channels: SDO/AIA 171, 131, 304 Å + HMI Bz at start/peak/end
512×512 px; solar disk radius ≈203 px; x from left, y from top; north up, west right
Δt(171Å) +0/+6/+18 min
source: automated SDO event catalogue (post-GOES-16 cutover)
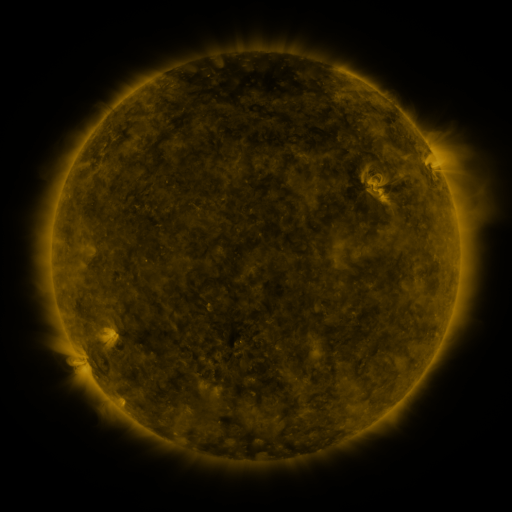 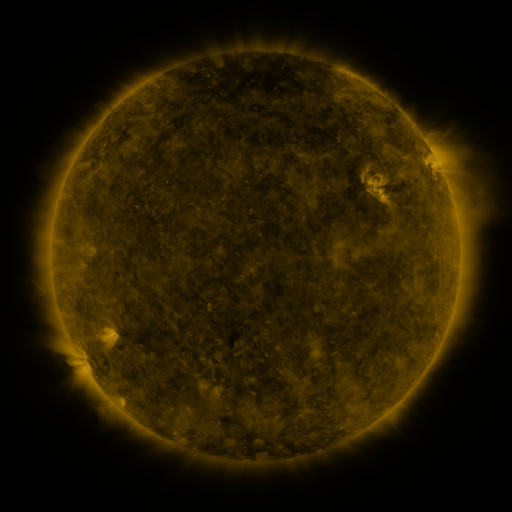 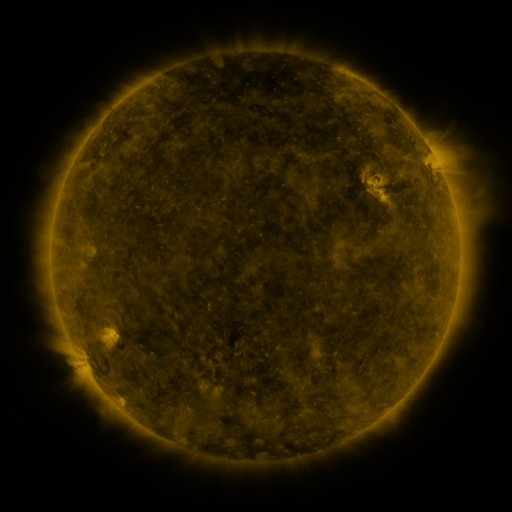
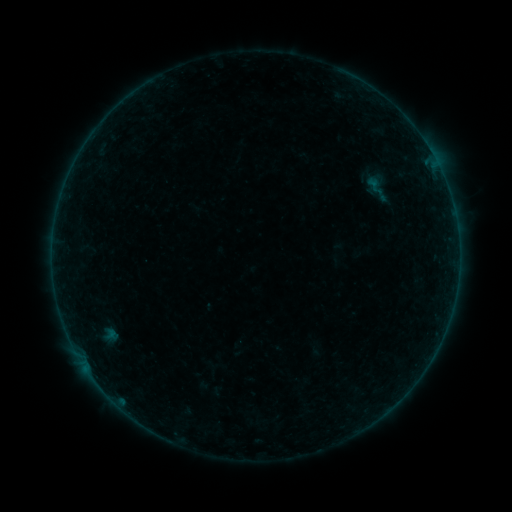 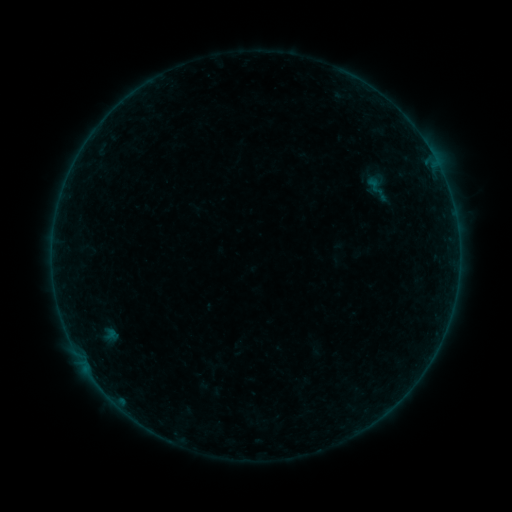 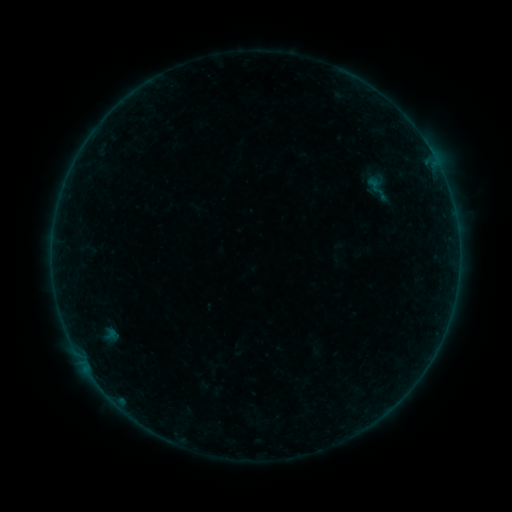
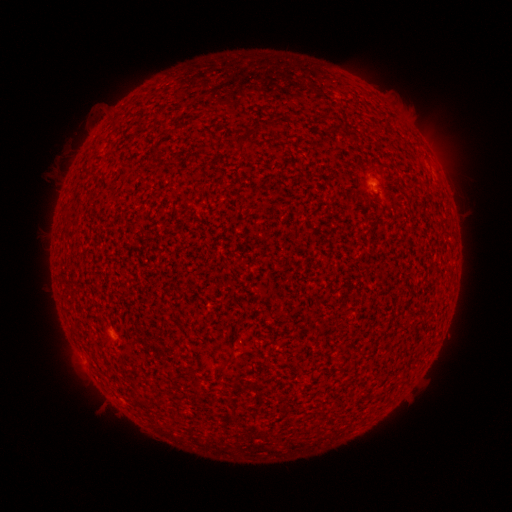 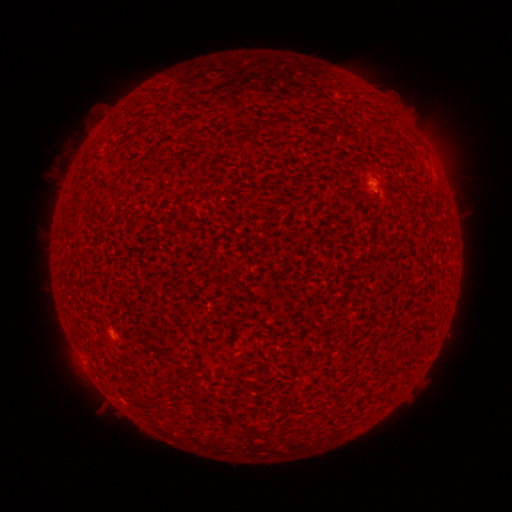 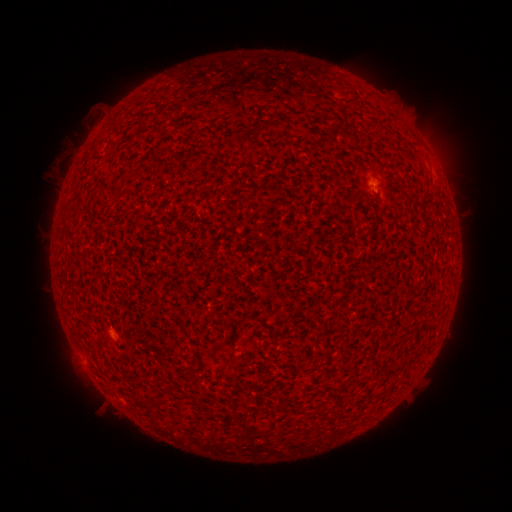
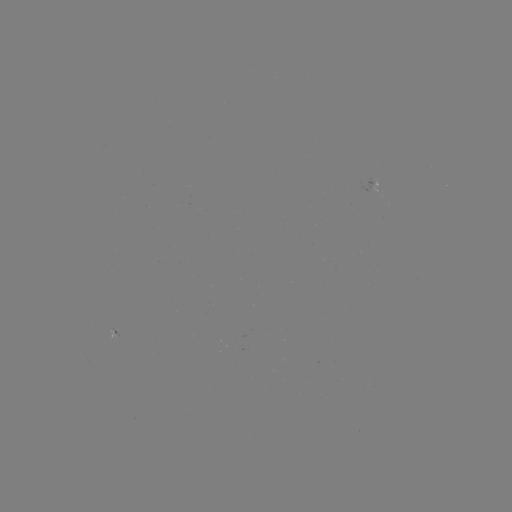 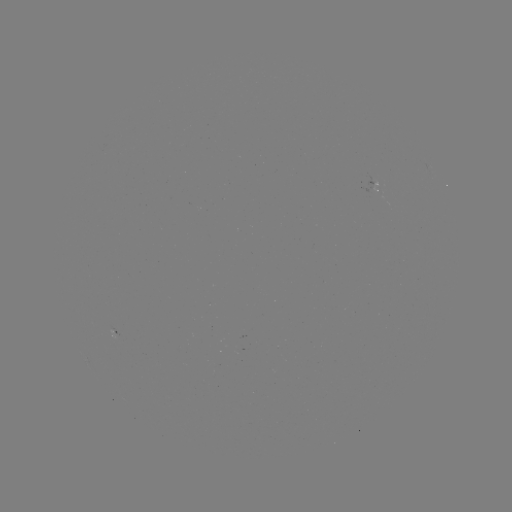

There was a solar flare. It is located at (372, 186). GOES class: A3.3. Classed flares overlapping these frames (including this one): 1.